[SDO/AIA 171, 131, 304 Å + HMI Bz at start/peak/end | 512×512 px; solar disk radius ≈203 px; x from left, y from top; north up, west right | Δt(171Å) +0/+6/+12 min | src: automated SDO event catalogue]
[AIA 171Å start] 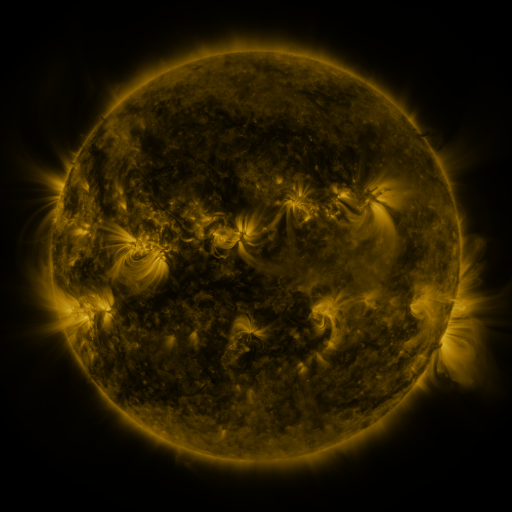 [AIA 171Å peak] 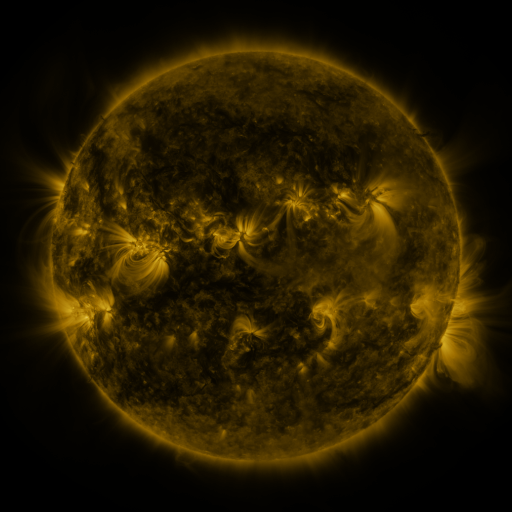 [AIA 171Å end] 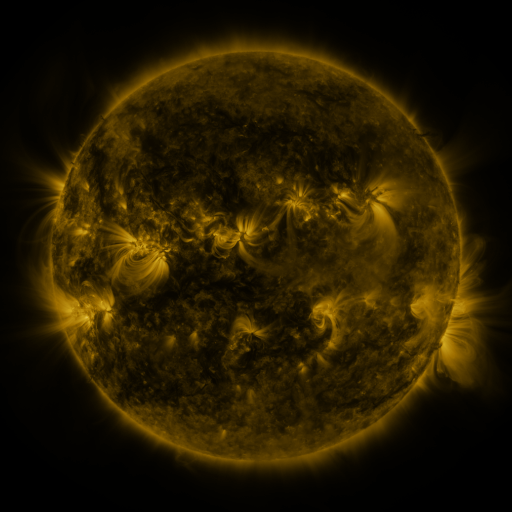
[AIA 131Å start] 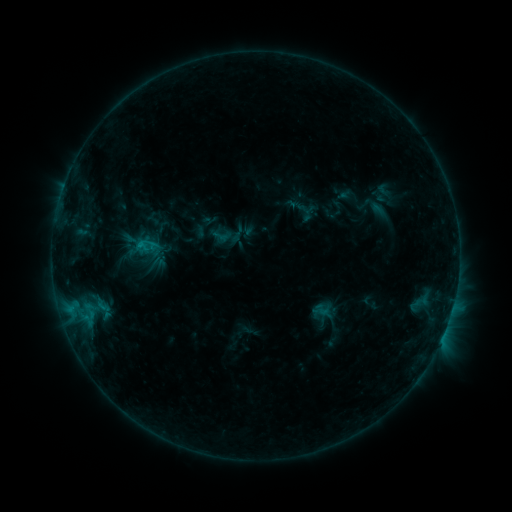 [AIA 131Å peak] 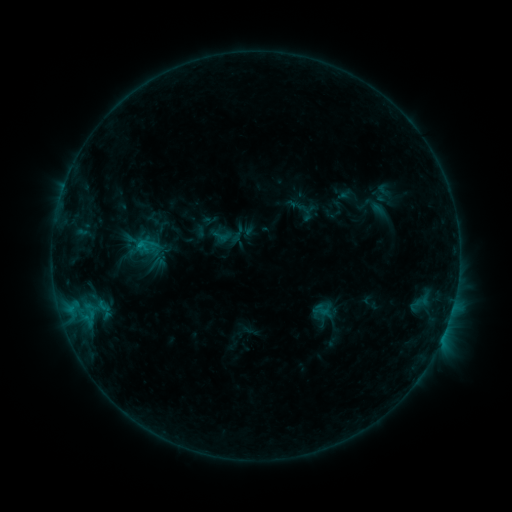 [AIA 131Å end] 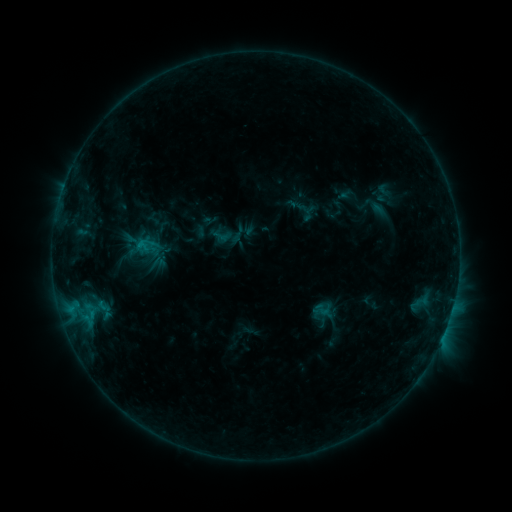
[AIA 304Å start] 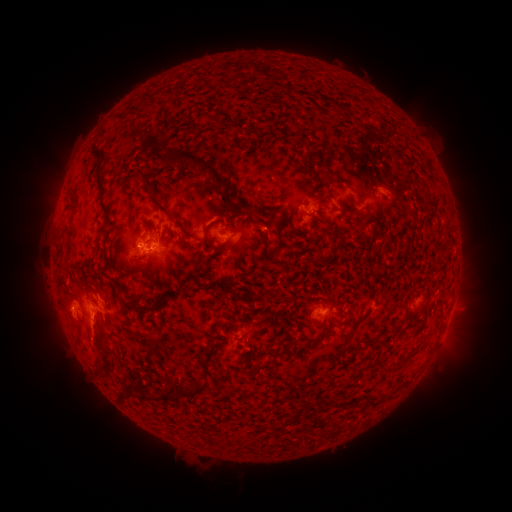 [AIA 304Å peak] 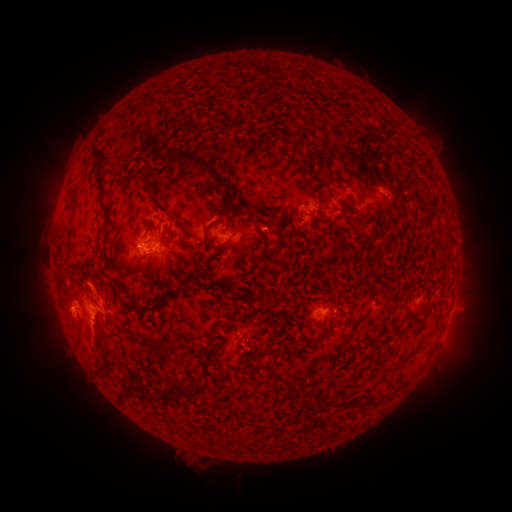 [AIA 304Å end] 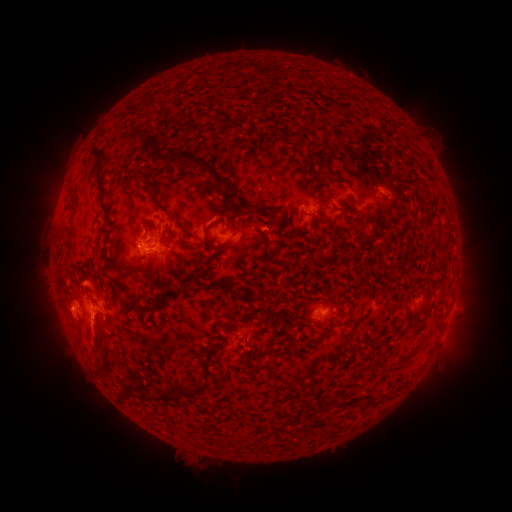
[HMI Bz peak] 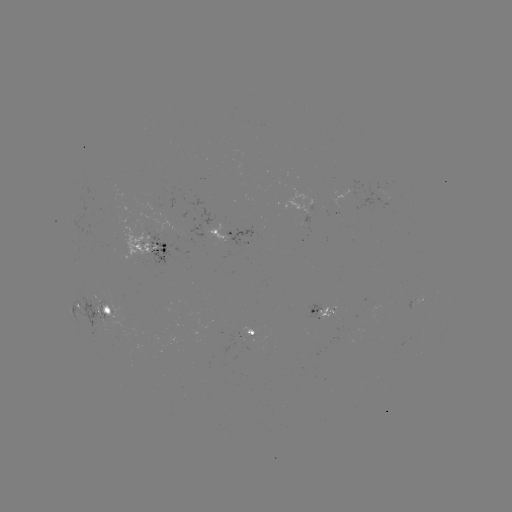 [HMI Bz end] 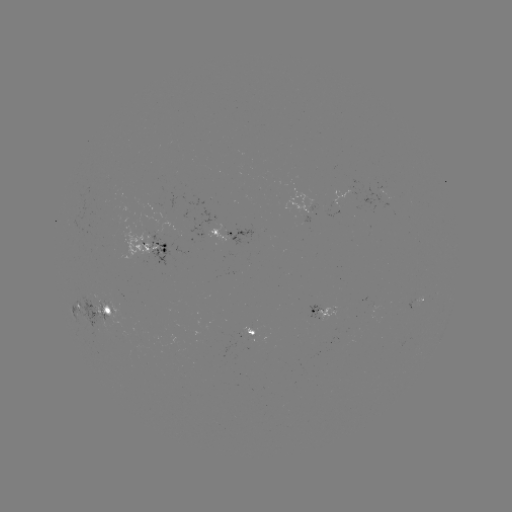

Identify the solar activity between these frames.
eruption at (93, 283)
